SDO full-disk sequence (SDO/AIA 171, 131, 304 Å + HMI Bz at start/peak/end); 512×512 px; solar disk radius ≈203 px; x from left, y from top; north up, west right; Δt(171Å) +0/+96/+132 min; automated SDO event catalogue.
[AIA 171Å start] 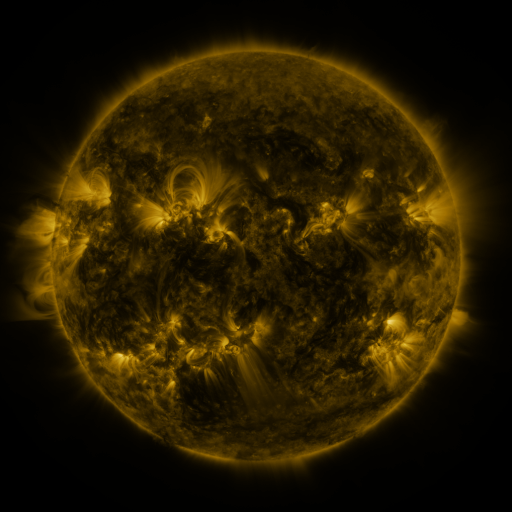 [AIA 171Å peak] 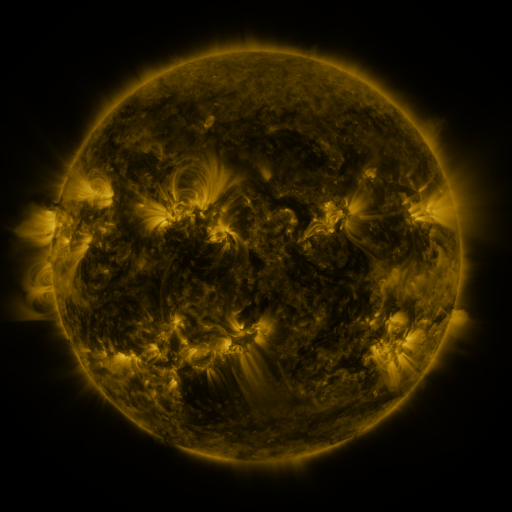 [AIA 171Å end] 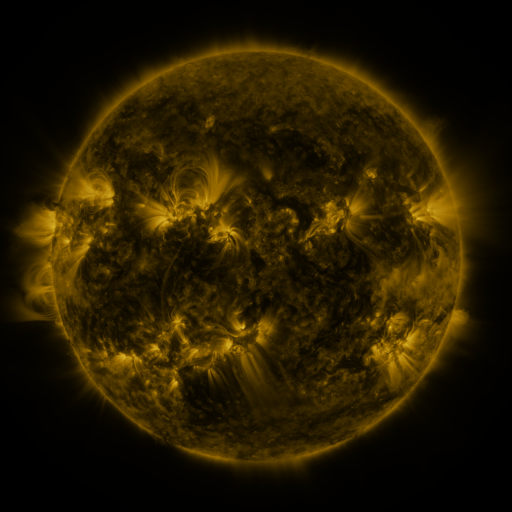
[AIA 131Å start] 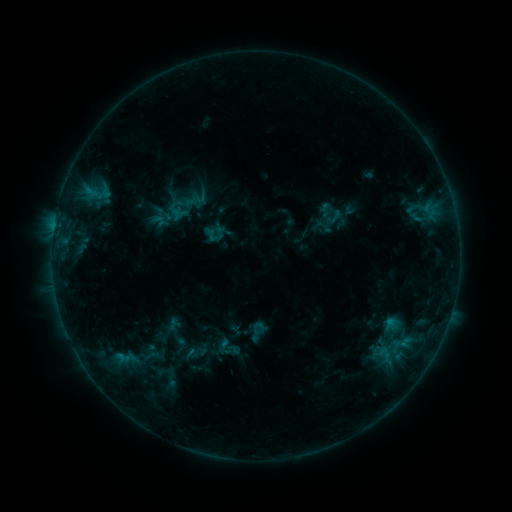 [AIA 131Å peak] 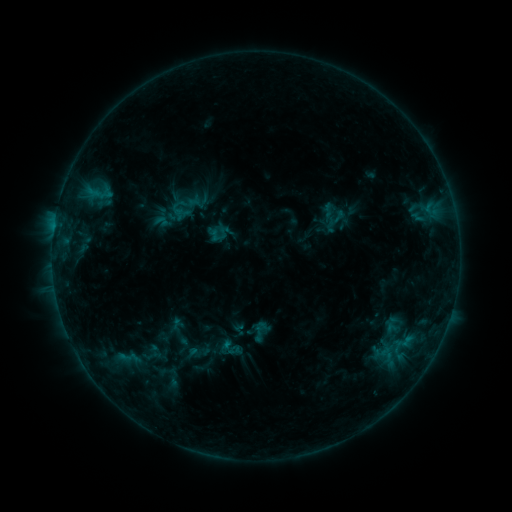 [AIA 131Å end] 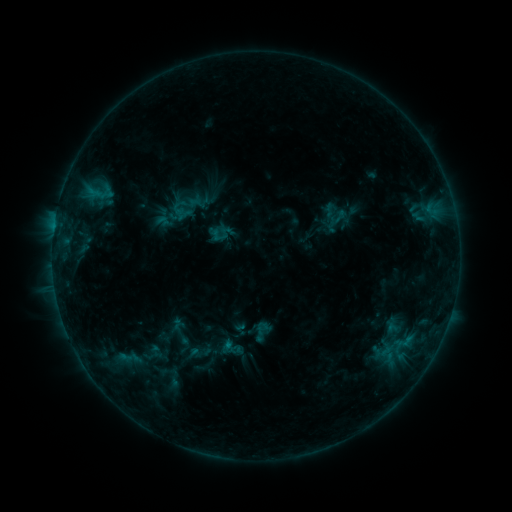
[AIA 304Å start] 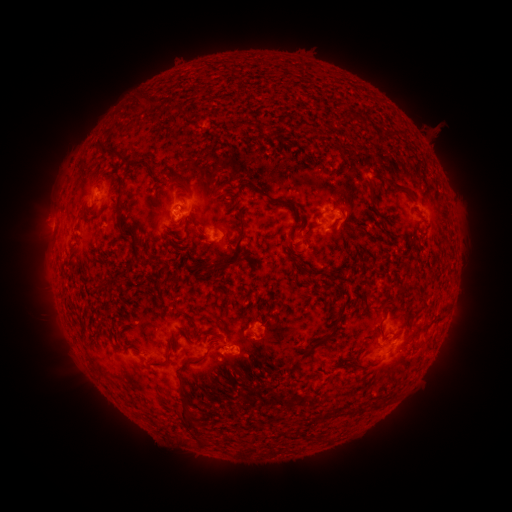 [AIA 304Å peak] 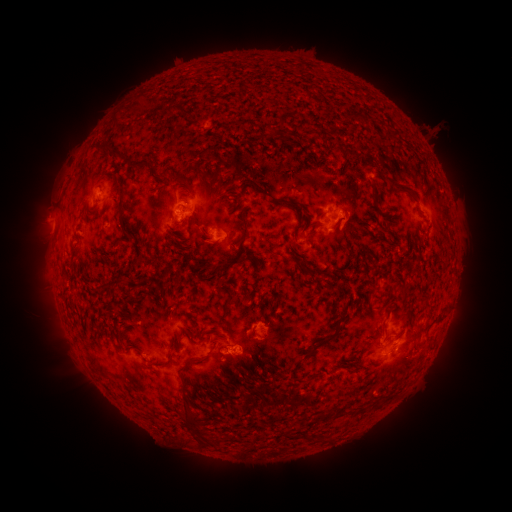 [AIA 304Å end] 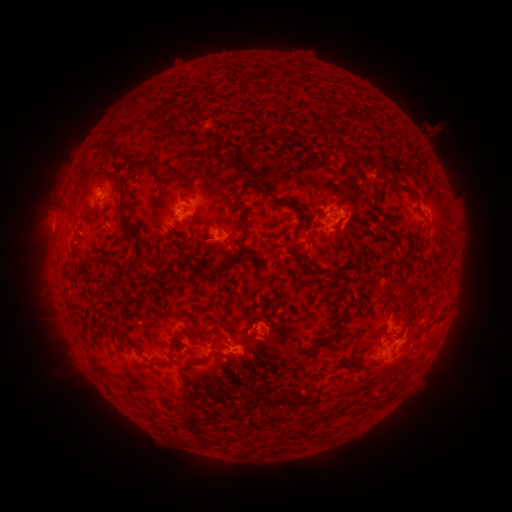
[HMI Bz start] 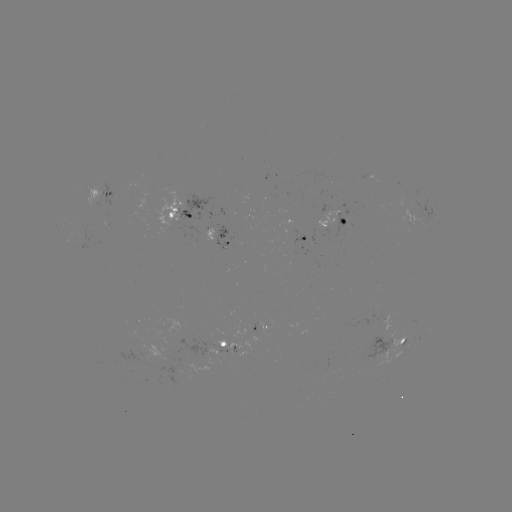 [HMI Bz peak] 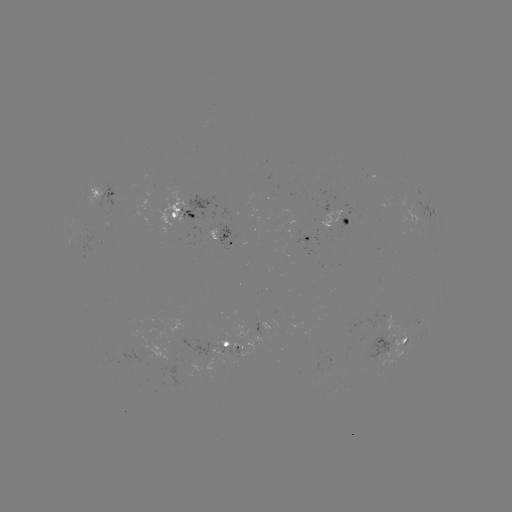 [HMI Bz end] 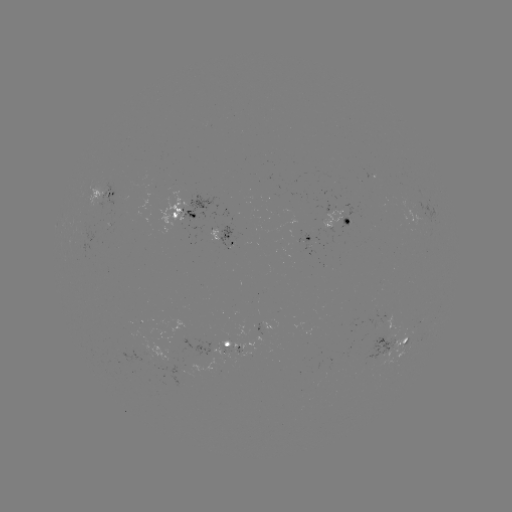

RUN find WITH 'emerging-flux region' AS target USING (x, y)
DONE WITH (381, 311) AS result